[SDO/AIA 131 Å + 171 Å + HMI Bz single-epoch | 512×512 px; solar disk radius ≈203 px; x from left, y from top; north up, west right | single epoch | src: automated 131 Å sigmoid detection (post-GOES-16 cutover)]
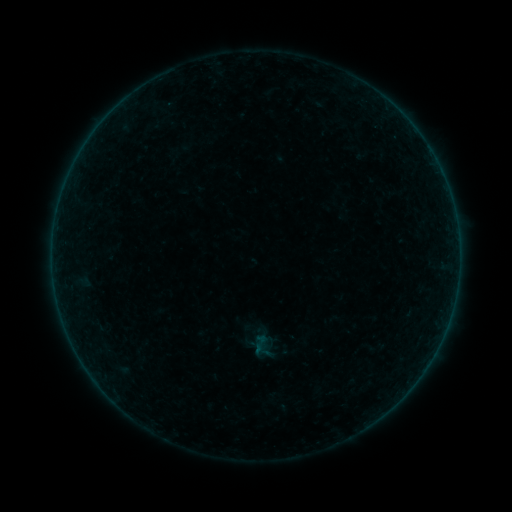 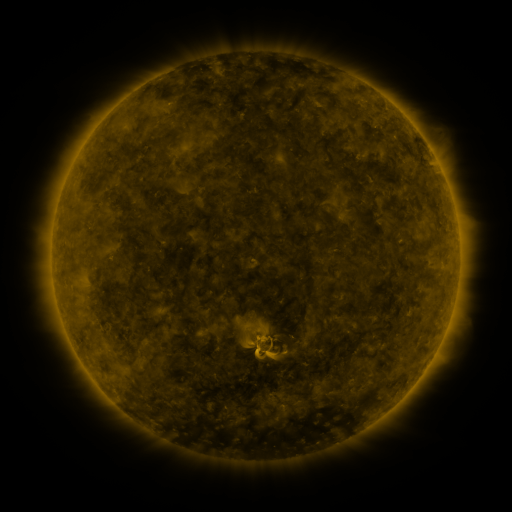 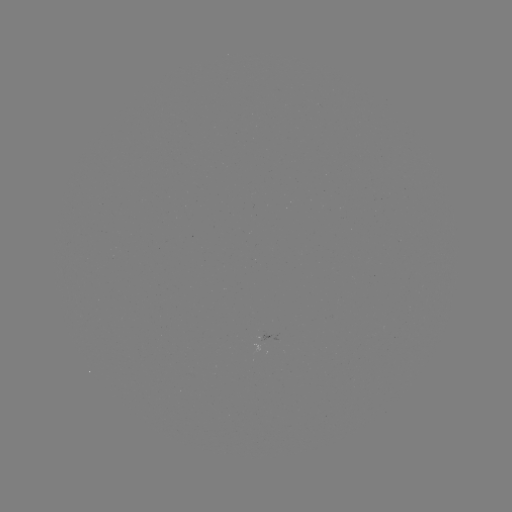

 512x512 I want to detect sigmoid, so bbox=[249, 332, 270, 353].